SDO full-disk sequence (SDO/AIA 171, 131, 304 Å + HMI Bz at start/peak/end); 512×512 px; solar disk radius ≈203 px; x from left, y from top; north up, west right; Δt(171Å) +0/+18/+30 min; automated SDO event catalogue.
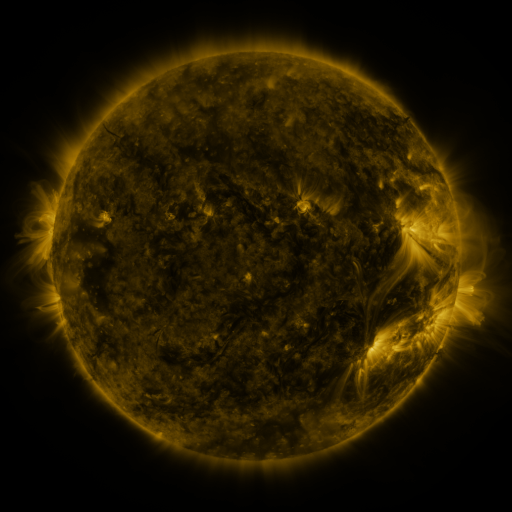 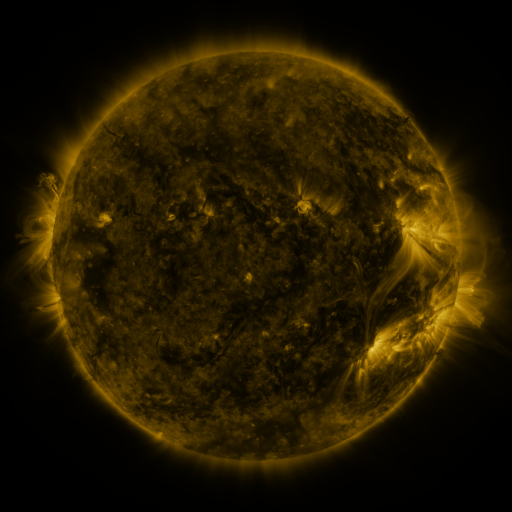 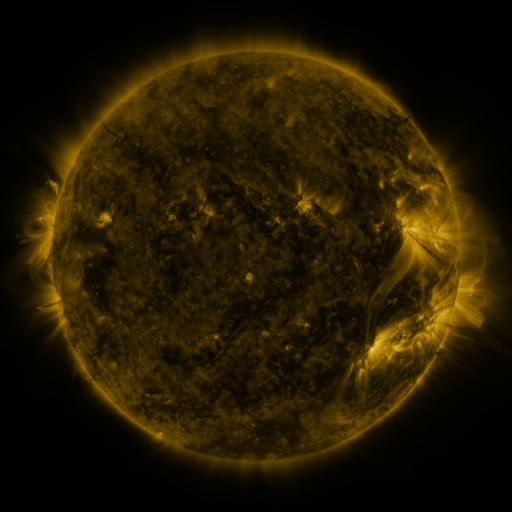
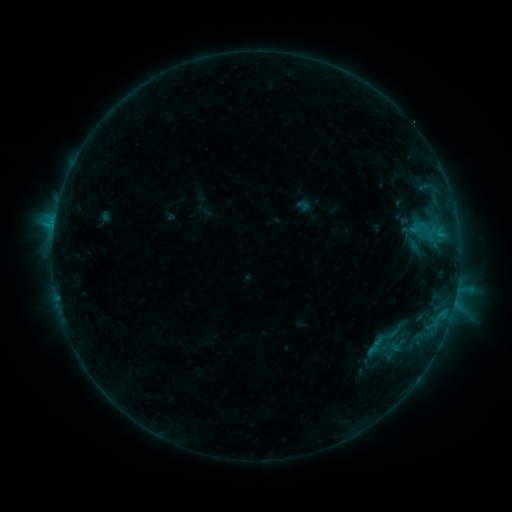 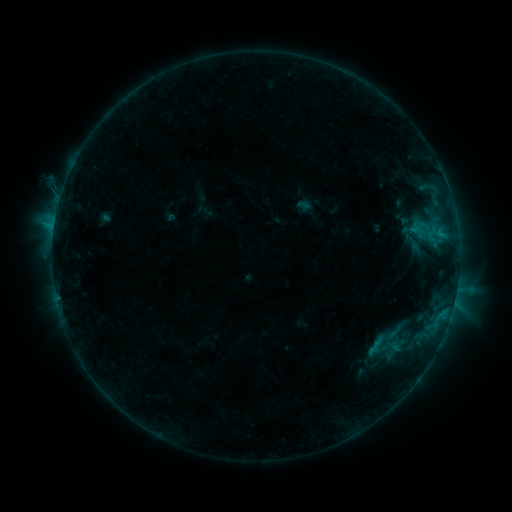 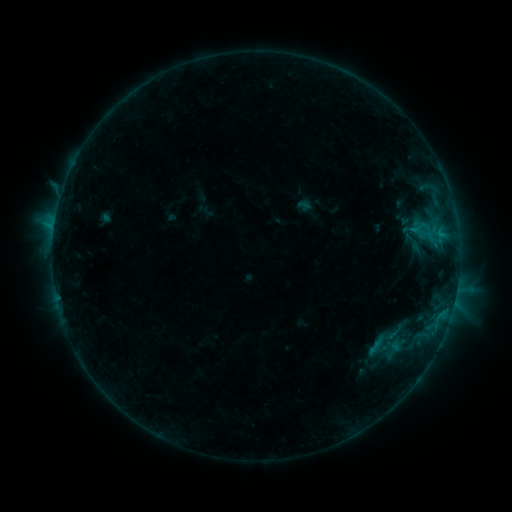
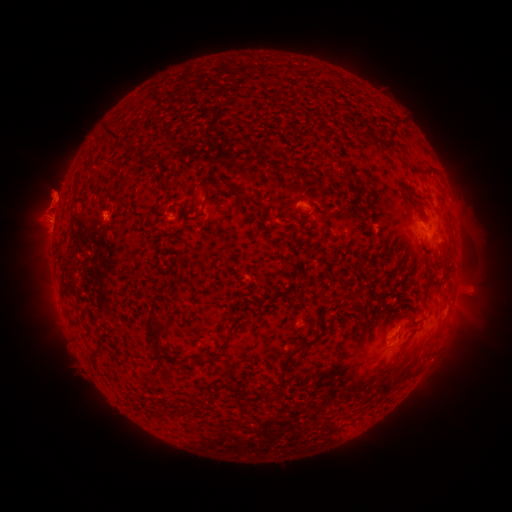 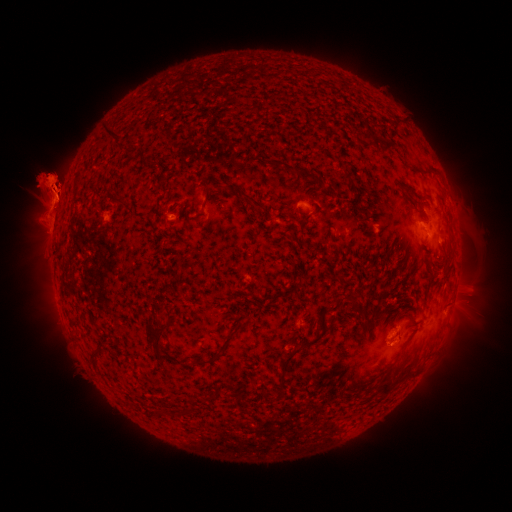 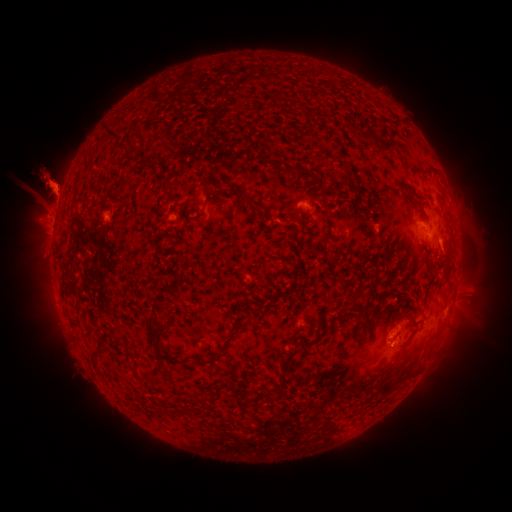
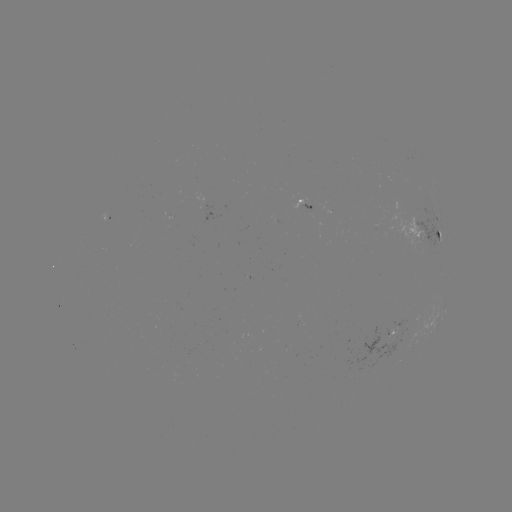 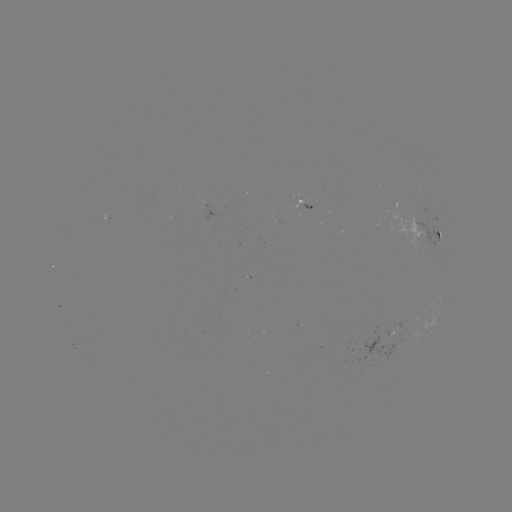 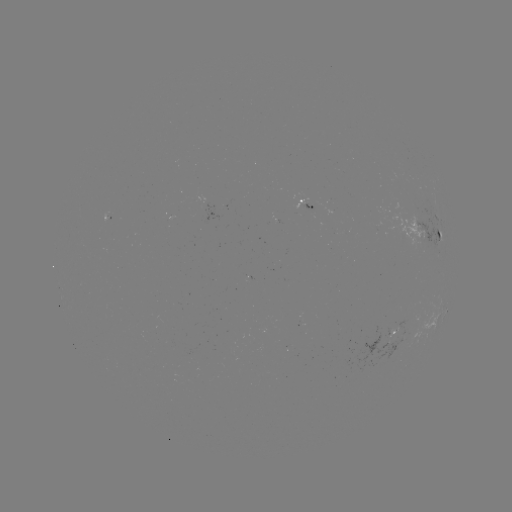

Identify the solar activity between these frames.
eruption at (57, 192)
